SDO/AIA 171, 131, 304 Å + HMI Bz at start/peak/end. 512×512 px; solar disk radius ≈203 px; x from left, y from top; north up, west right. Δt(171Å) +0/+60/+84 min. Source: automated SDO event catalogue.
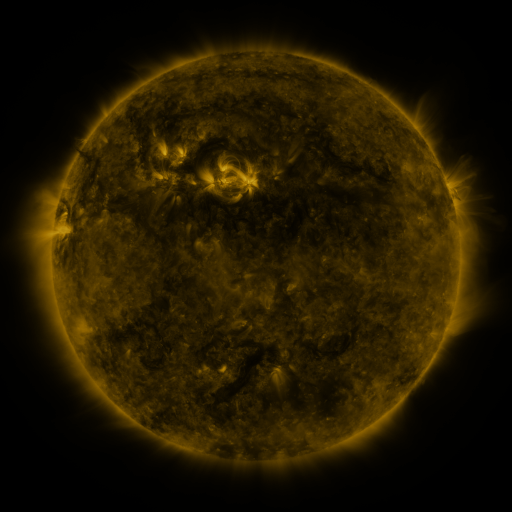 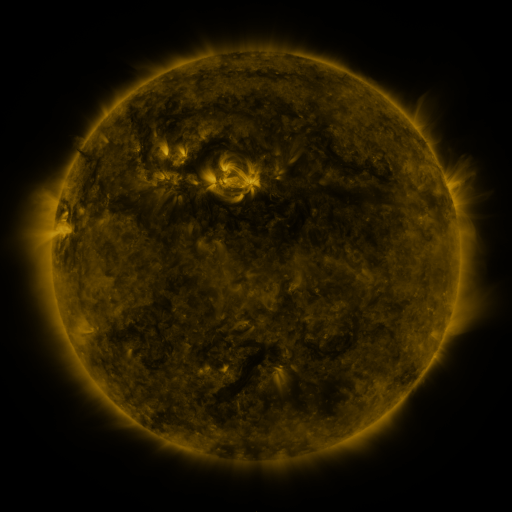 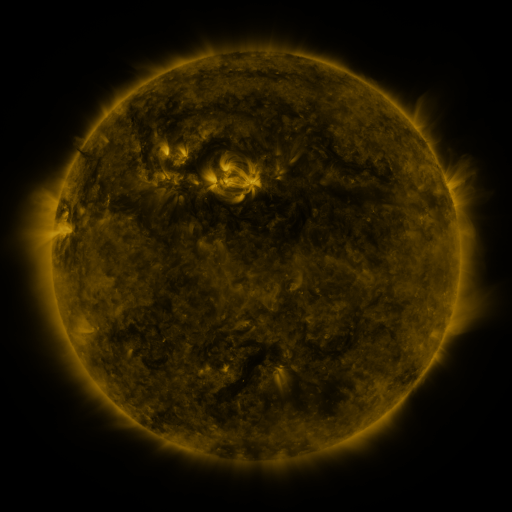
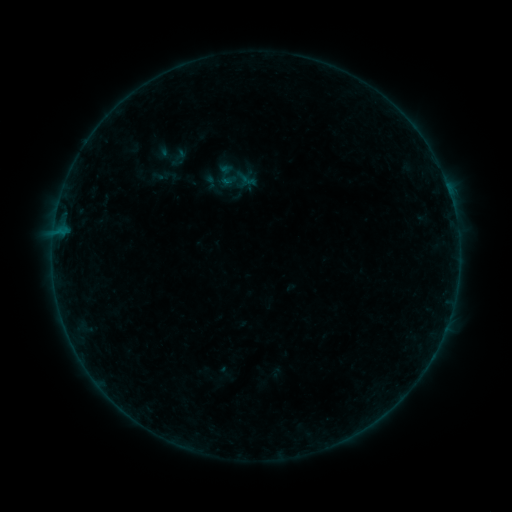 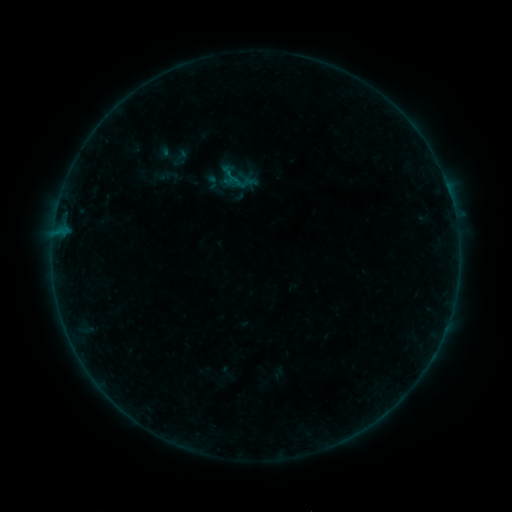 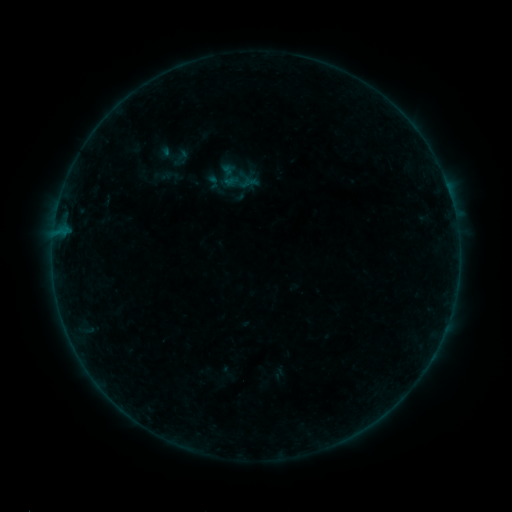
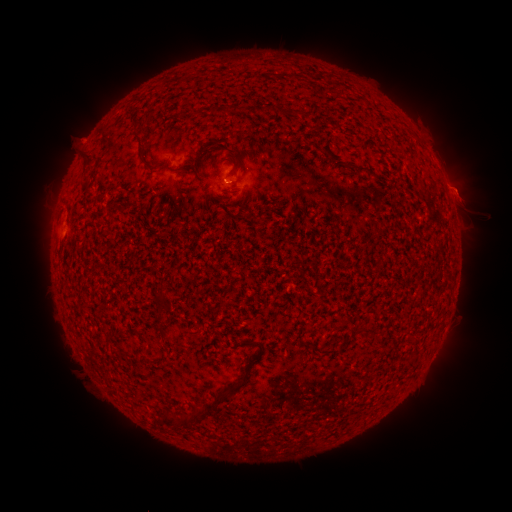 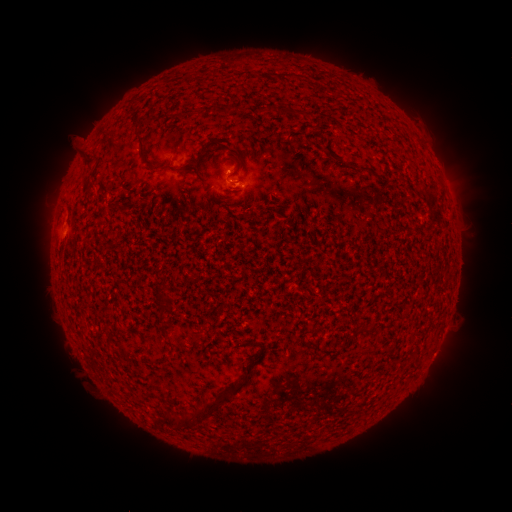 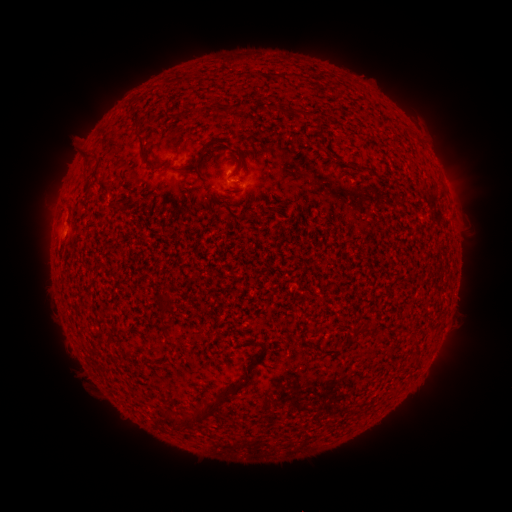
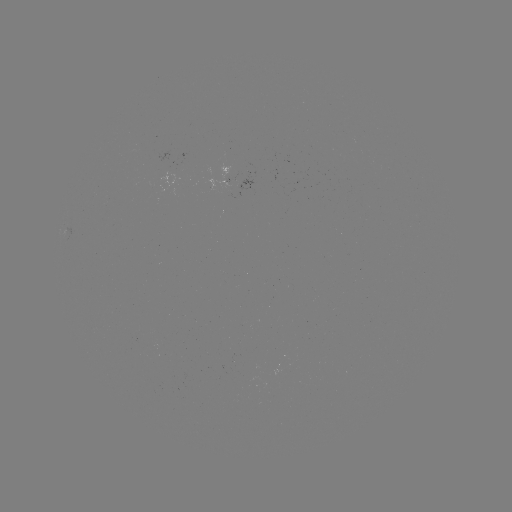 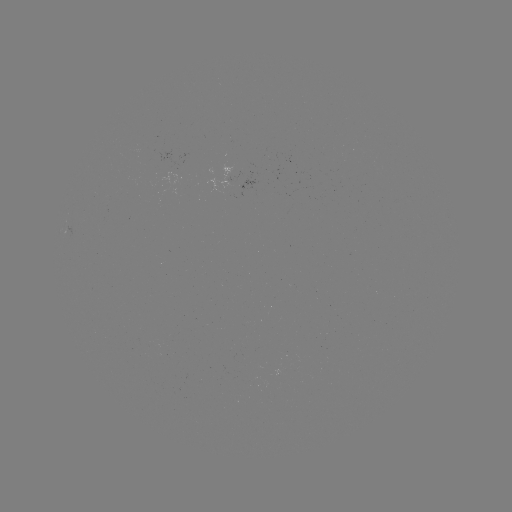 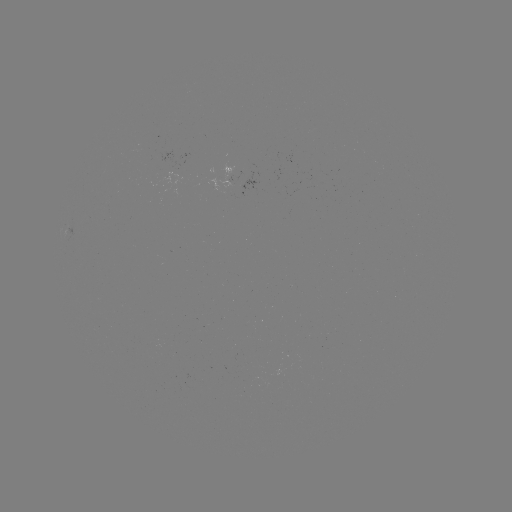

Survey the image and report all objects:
B2.4 flare: (242, 188)
